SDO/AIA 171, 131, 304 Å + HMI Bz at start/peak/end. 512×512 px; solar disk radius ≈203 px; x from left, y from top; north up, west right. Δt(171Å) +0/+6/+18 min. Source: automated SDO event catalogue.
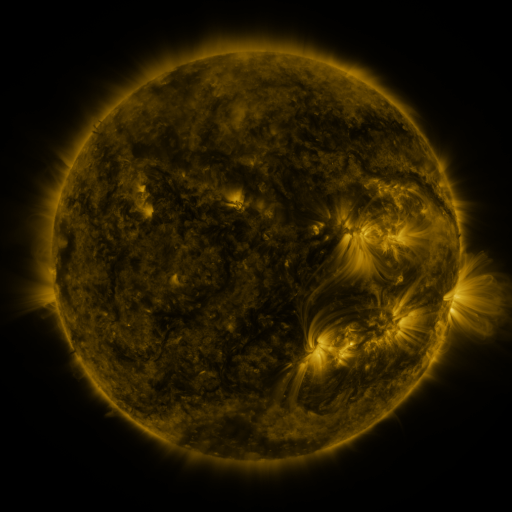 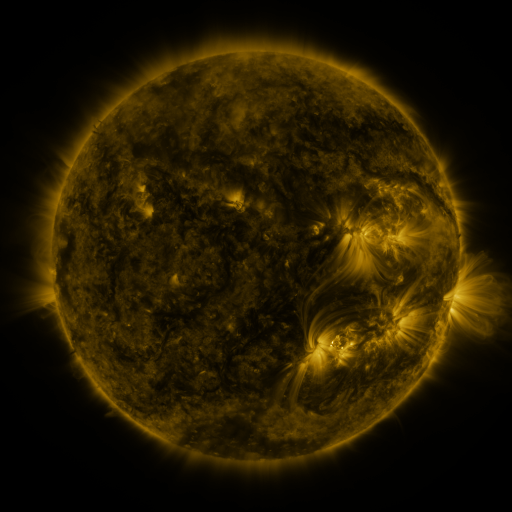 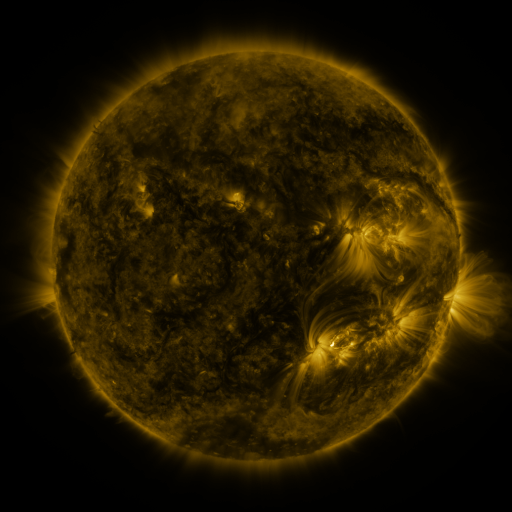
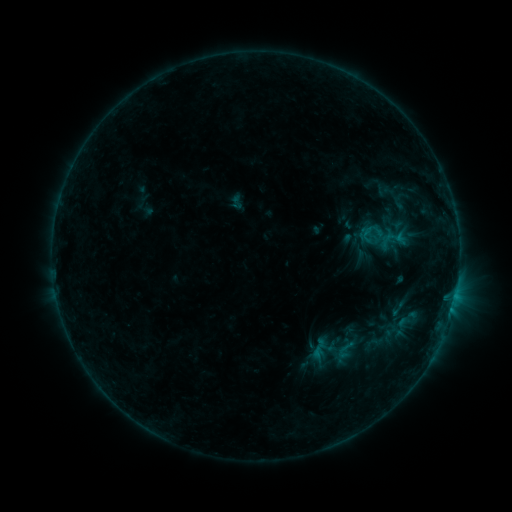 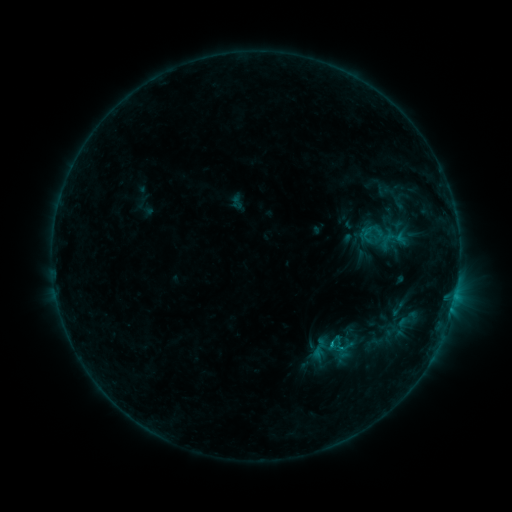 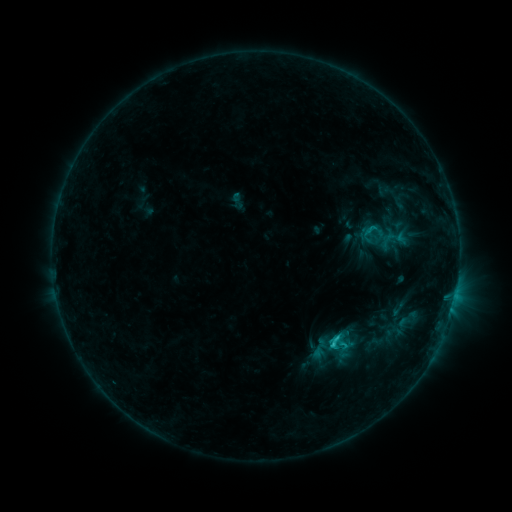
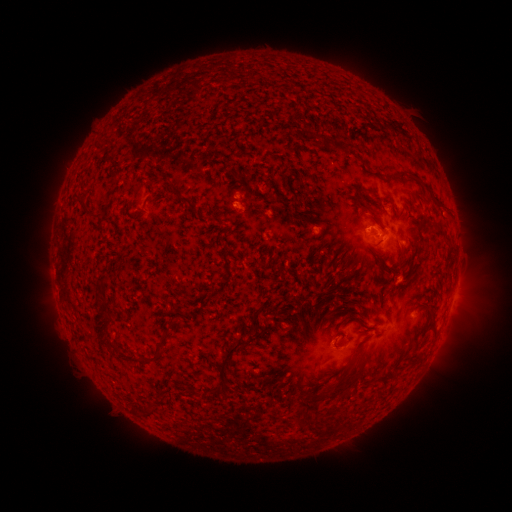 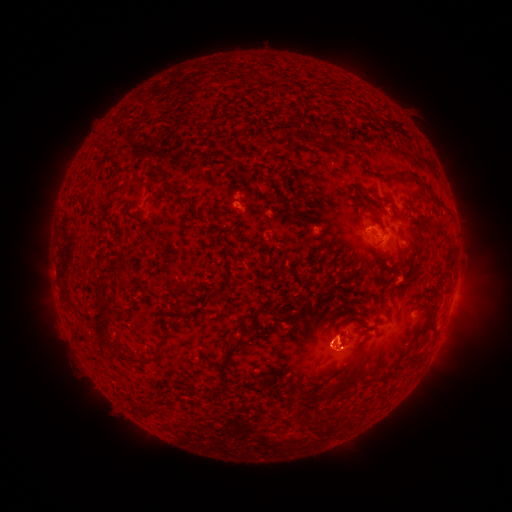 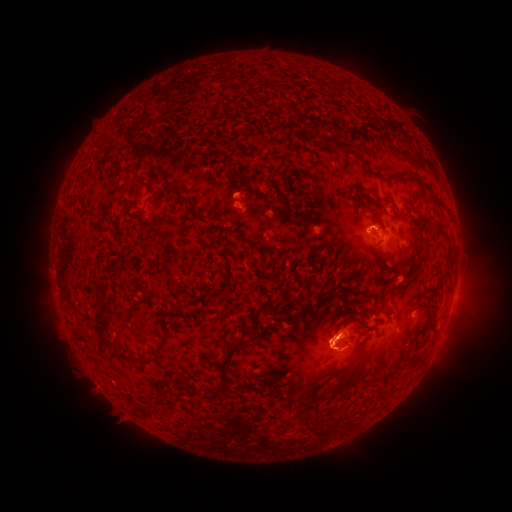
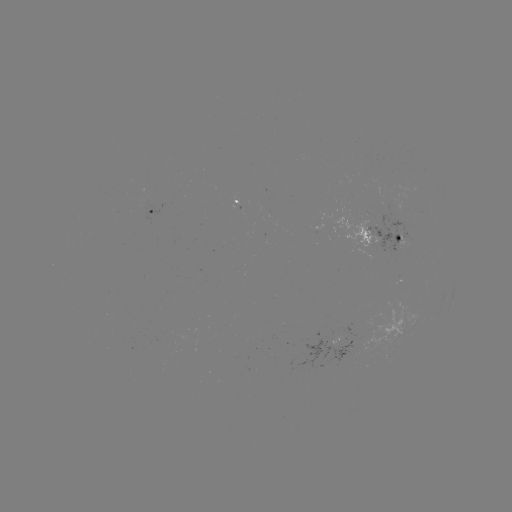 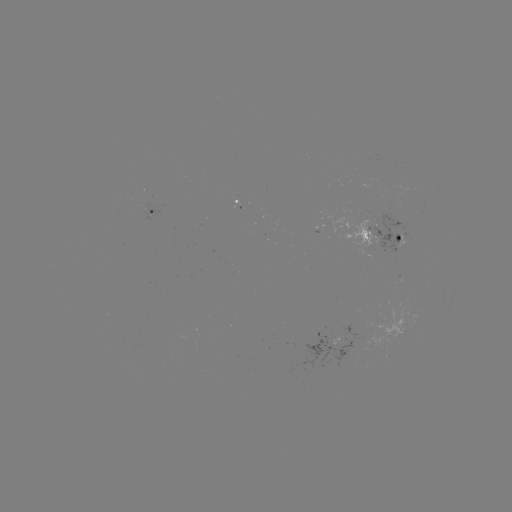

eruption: (283, 269, 415, 401)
